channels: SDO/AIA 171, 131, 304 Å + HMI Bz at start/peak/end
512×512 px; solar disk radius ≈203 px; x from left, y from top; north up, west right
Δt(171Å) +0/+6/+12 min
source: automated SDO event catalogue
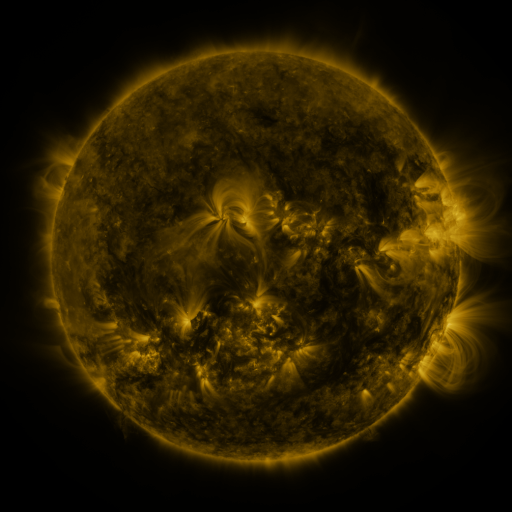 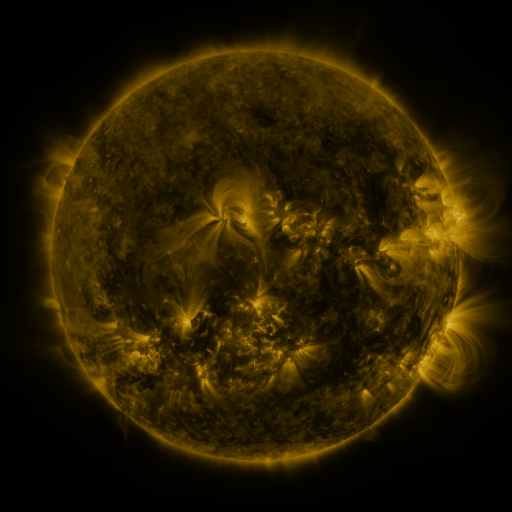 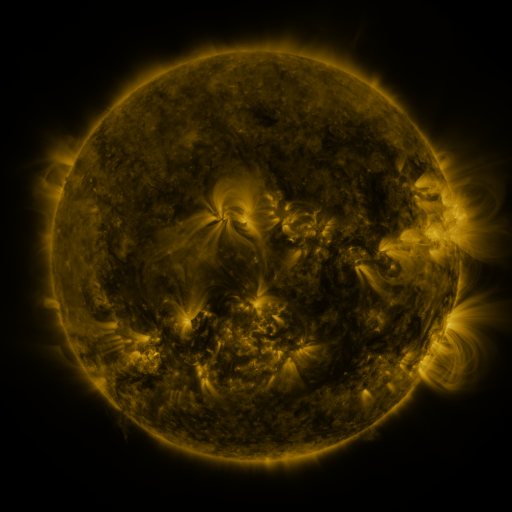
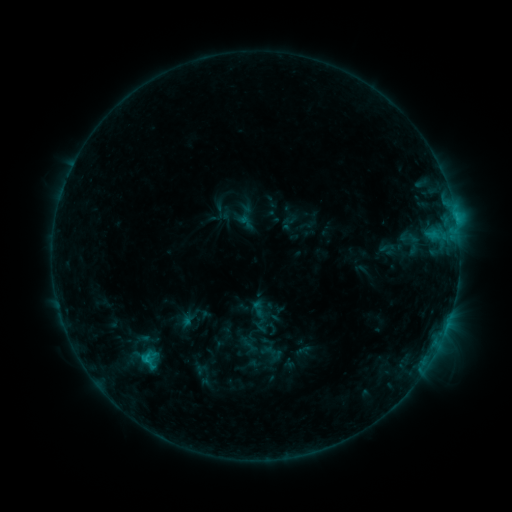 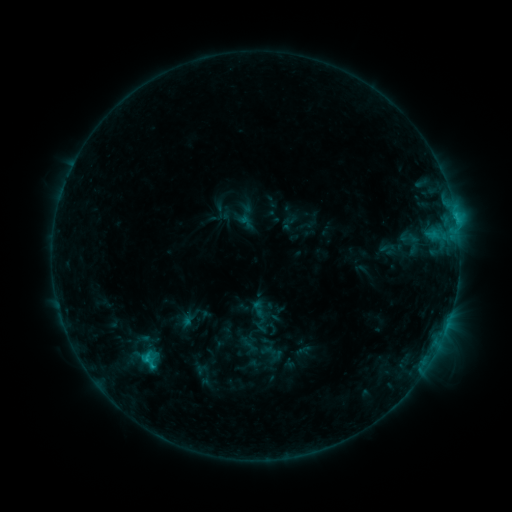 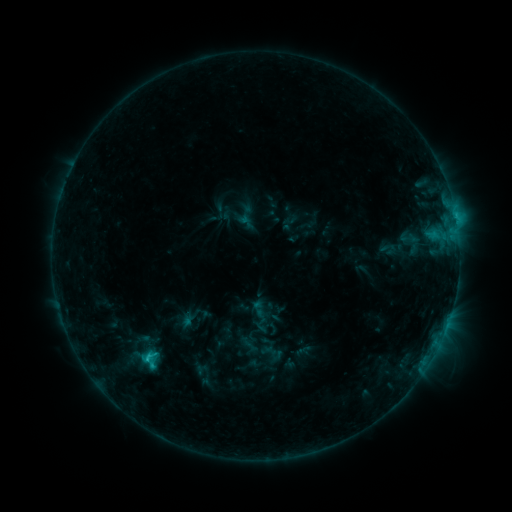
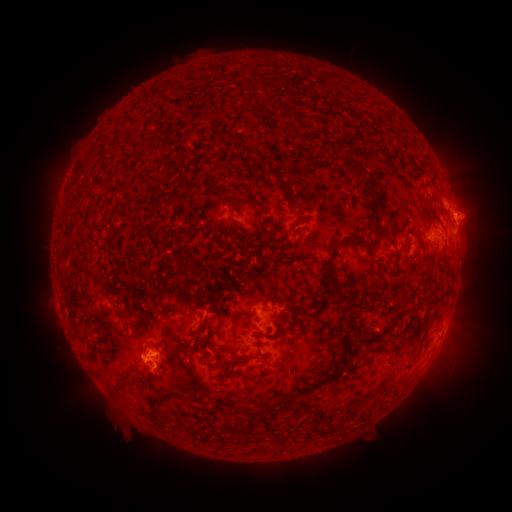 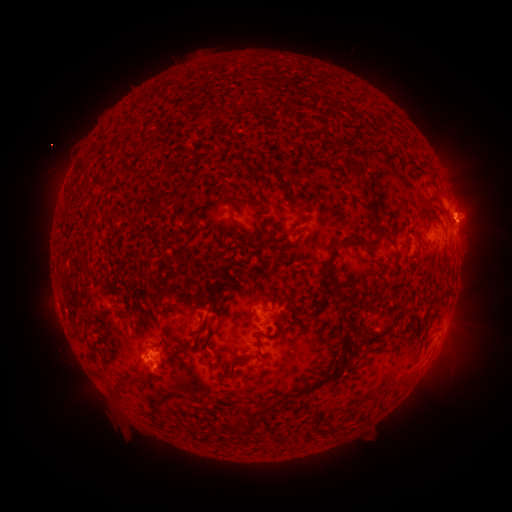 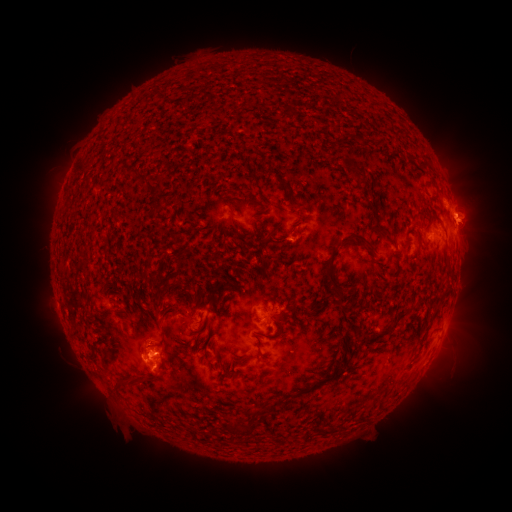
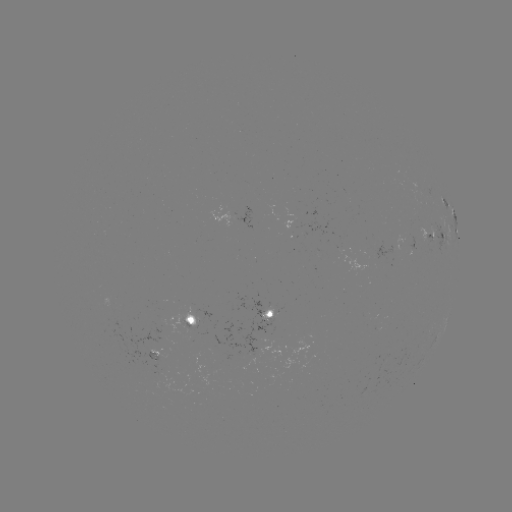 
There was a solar eruption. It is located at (472, 223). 